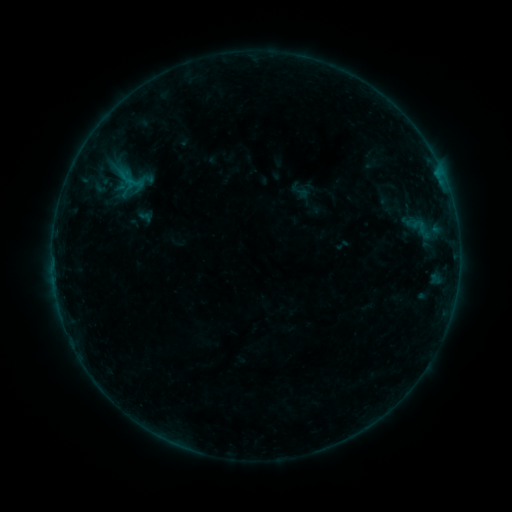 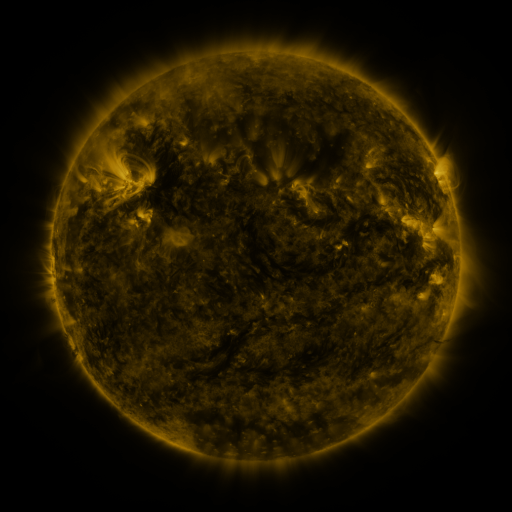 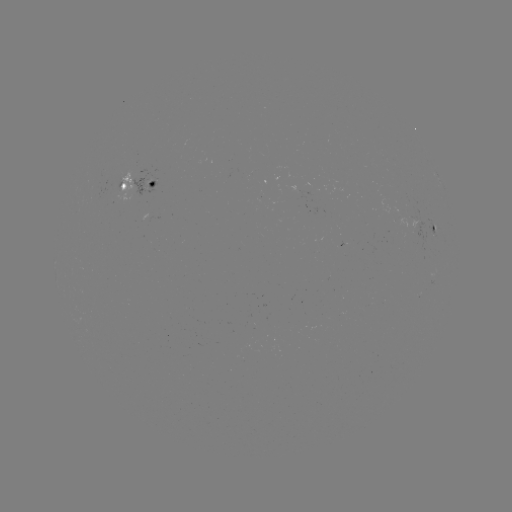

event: sigmoid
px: (300, 190)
